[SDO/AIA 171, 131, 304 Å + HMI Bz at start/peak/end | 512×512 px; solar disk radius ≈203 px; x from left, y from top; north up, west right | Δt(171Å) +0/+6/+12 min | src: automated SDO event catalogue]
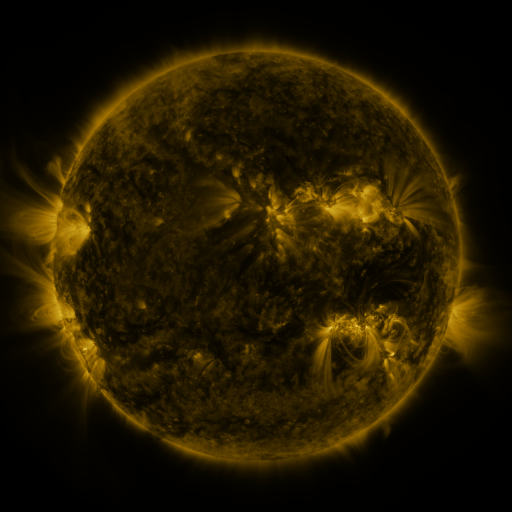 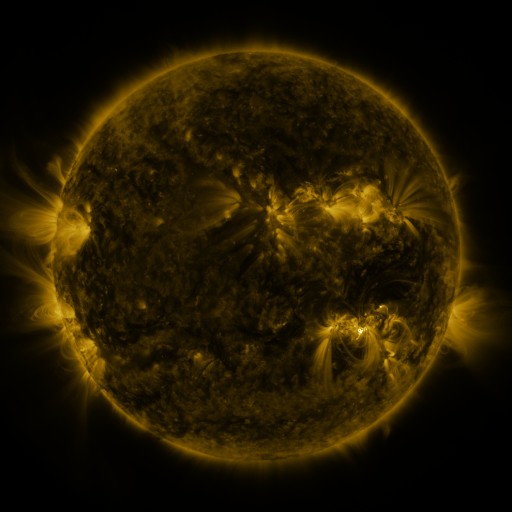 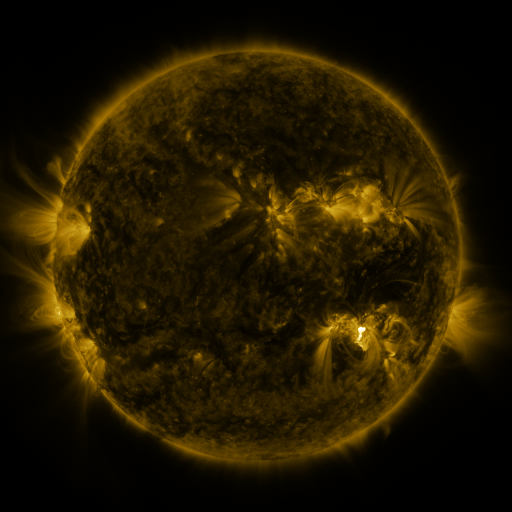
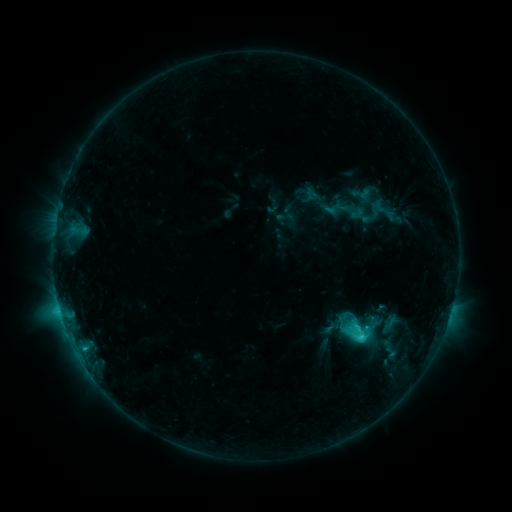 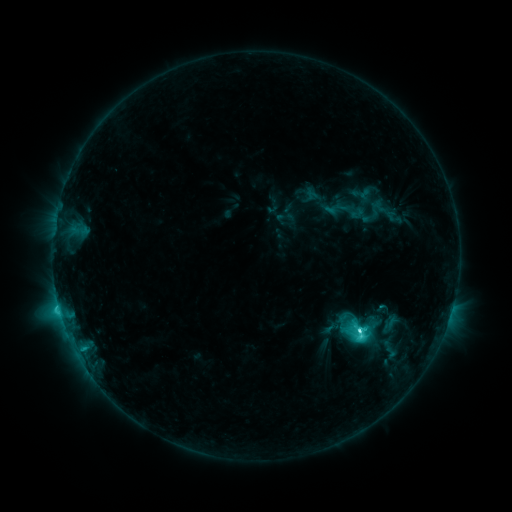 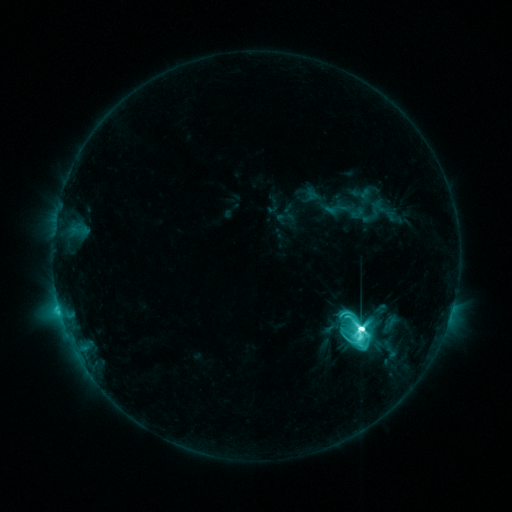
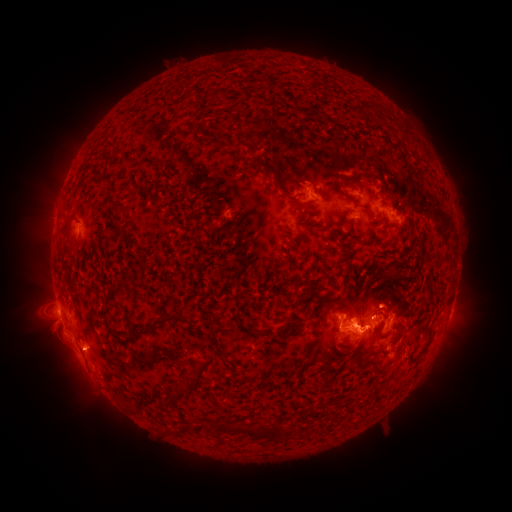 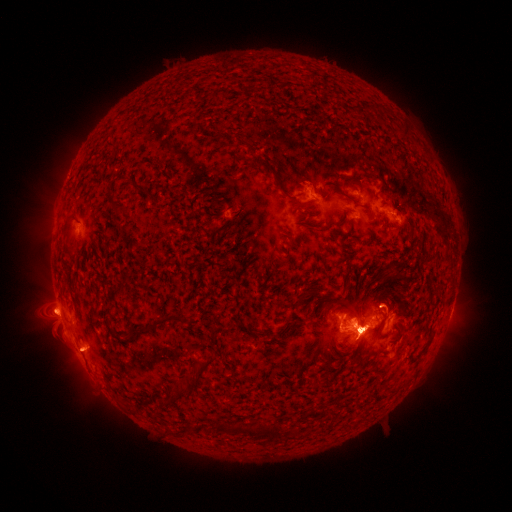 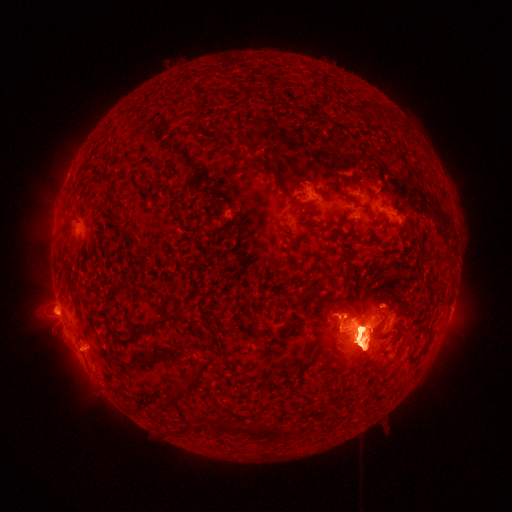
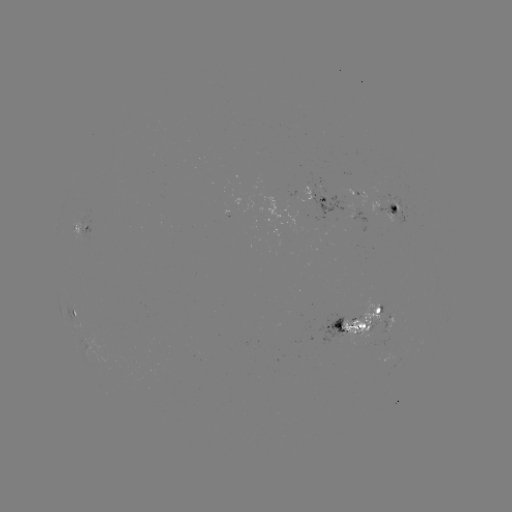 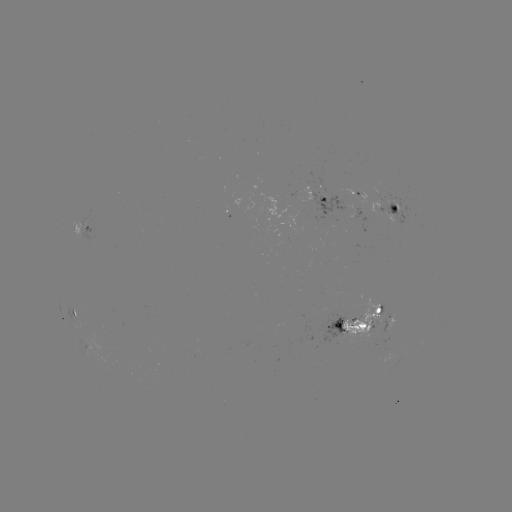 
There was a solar flare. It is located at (358, 328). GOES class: M6.1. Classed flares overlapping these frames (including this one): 1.